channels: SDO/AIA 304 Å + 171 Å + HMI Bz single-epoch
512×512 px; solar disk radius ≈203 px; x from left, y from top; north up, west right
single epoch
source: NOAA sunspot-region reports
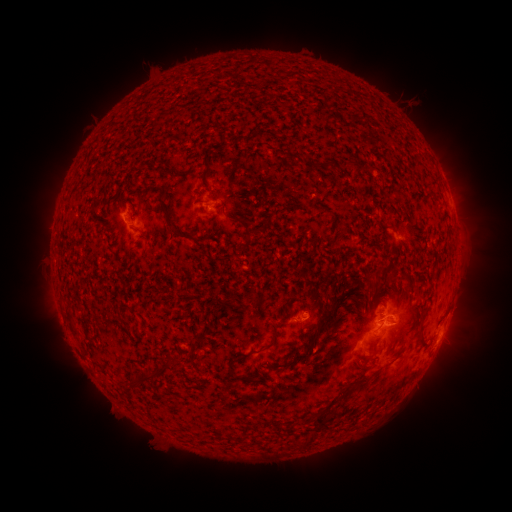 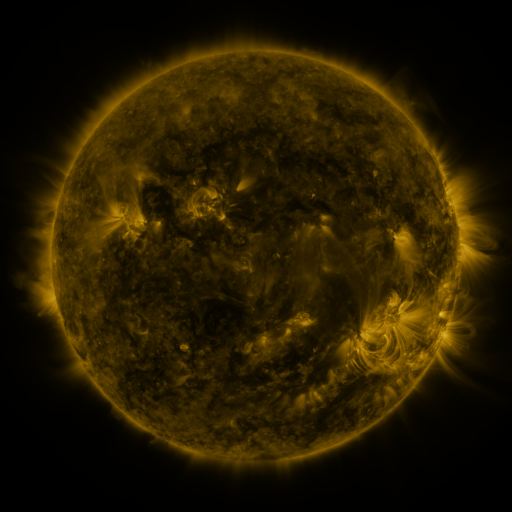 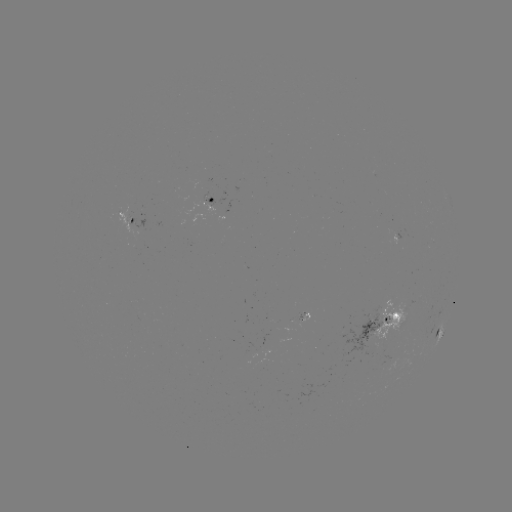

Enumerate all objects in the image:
spotted active region: (216, 203)
spotted active region: (133, 215)
spotted active region: (380, 320)
spotted active region: (440, 333)
